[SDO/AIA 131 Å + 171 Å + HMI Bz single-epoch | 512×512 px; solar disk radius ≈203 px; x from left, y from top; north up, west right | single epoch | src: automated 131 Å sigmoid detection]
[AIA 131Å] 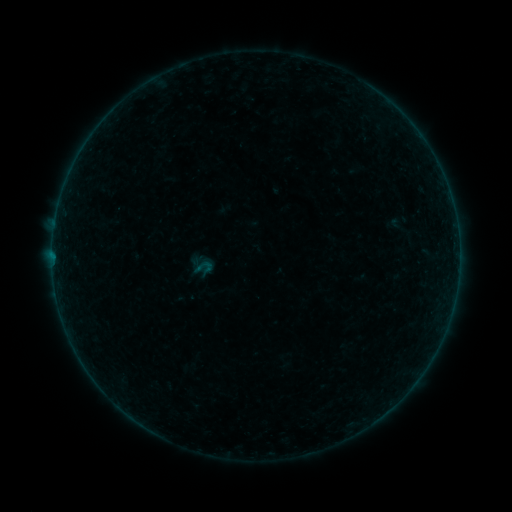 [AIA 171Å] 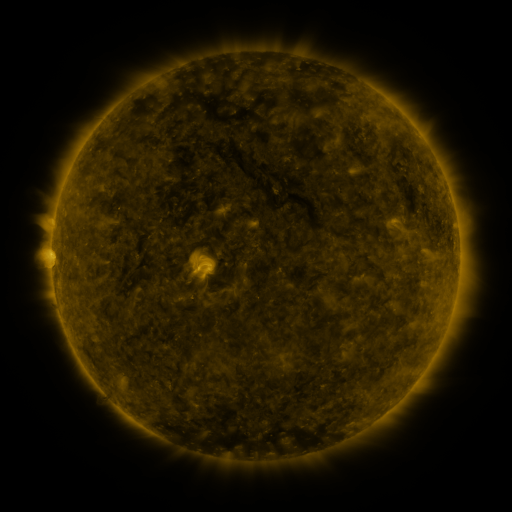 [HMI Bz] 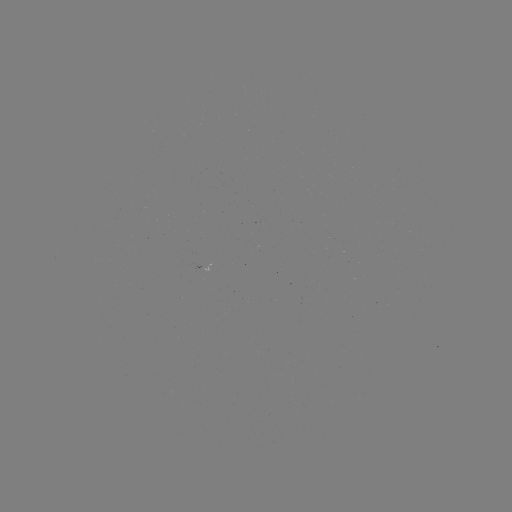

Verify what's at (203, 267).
sigmoid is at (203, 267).